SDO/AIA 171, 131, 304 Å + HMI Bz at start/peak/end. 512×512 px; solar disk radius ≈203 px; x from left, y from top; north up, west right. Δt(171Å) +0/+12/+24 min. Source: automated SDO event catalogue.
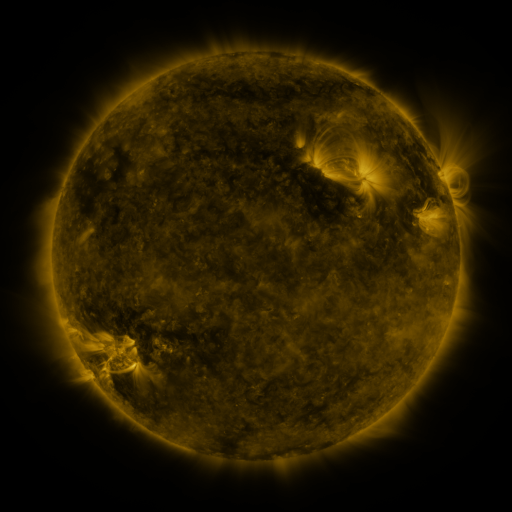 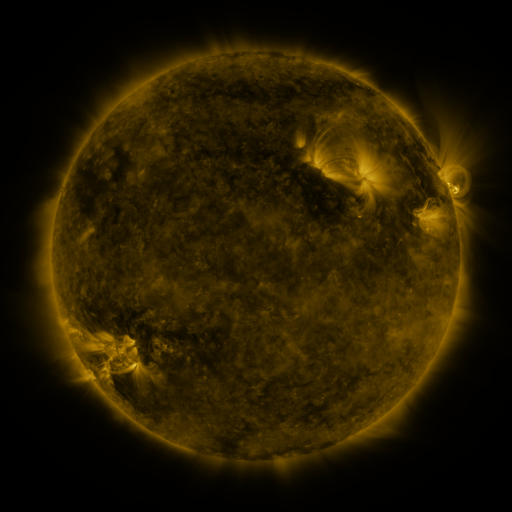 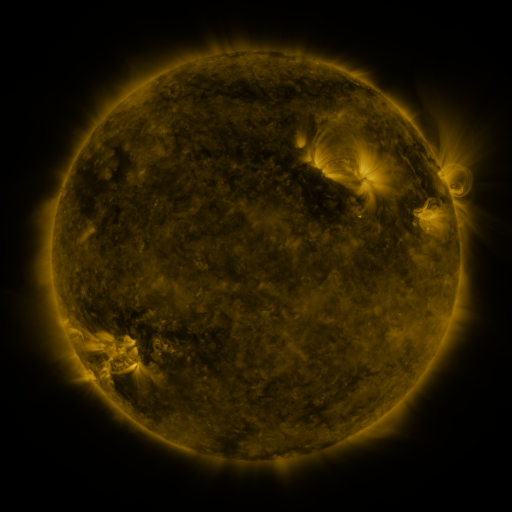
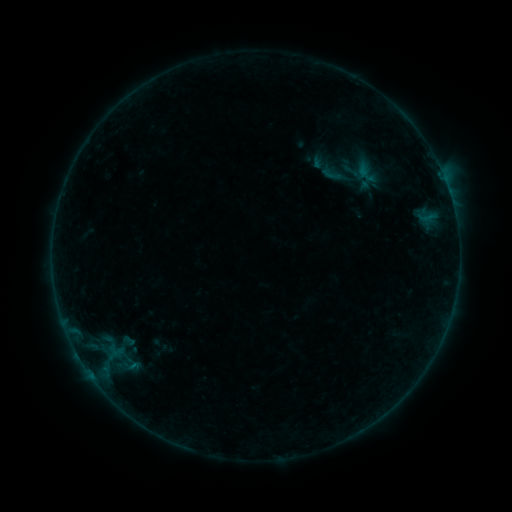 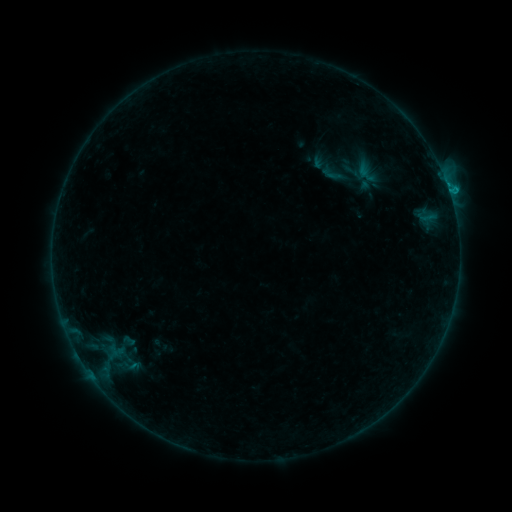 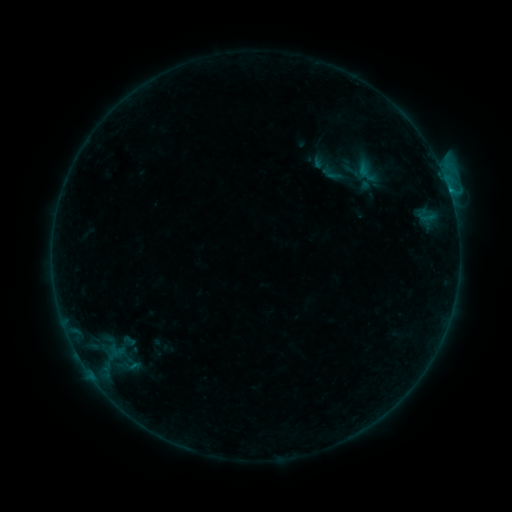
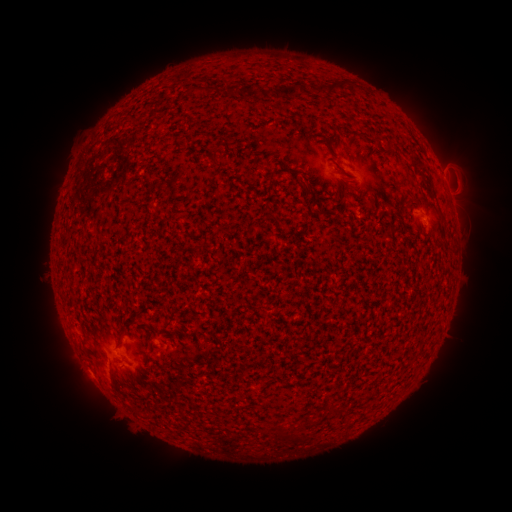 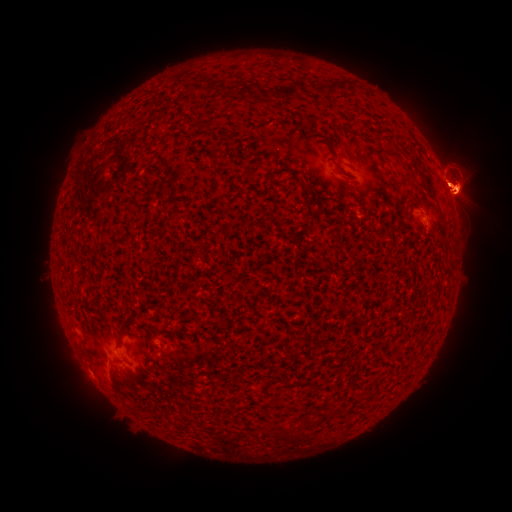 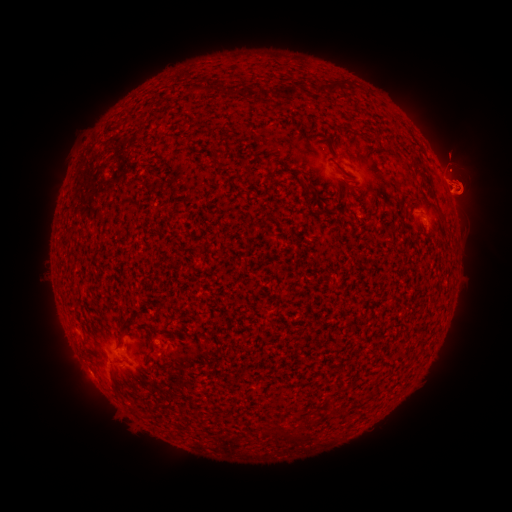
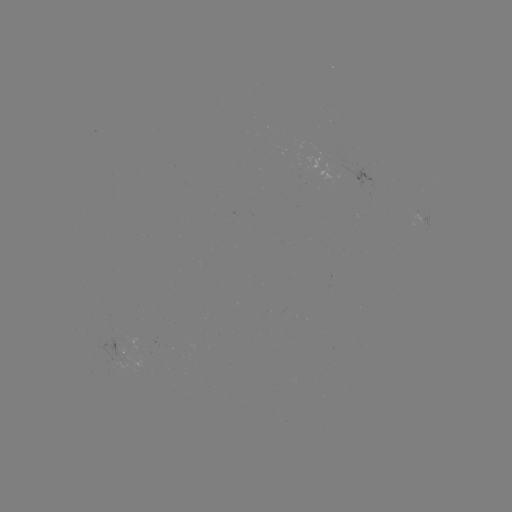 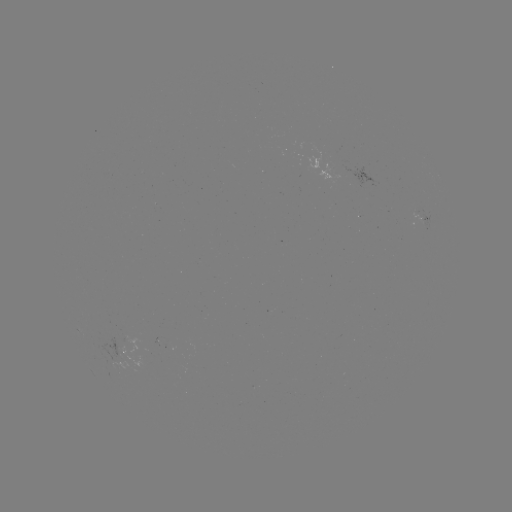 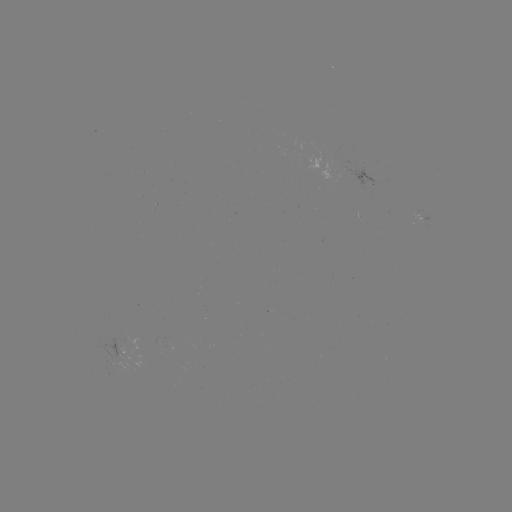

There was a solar eruption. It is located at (459, 183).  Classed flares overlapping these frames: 1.